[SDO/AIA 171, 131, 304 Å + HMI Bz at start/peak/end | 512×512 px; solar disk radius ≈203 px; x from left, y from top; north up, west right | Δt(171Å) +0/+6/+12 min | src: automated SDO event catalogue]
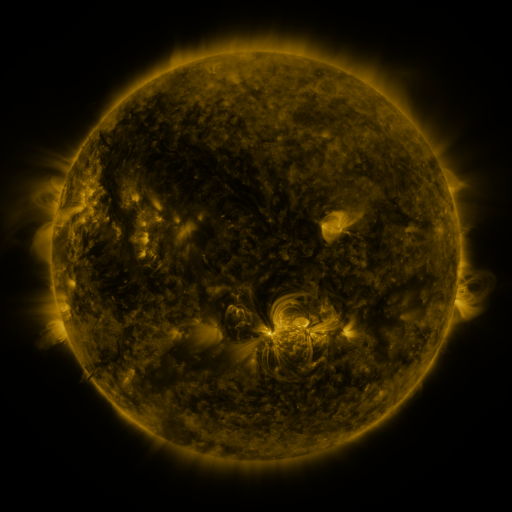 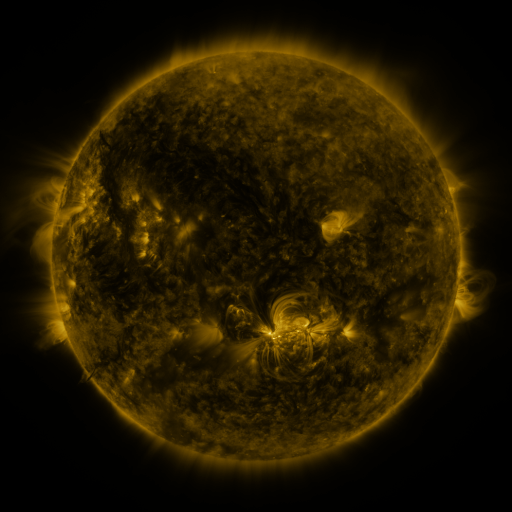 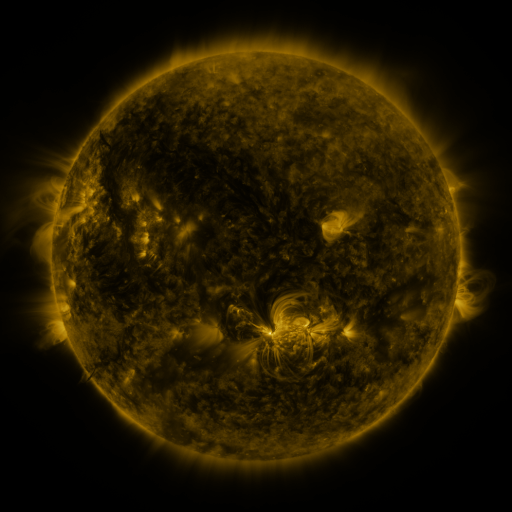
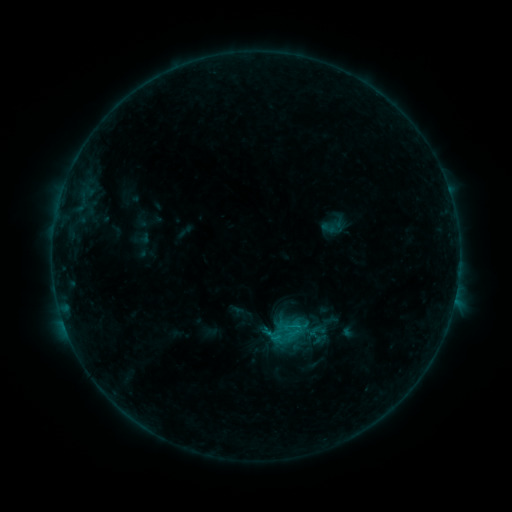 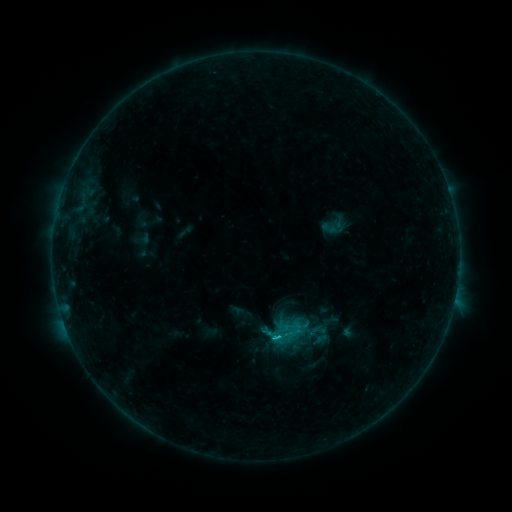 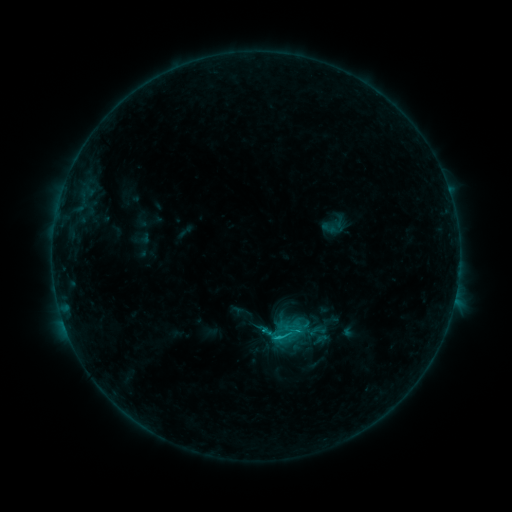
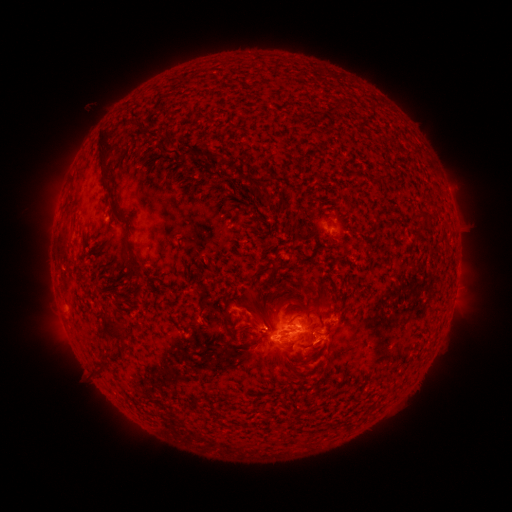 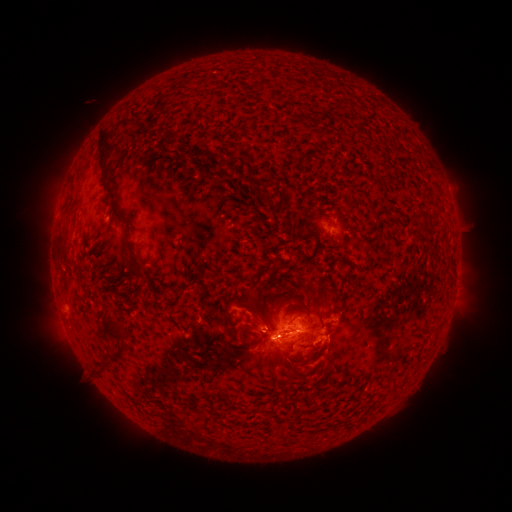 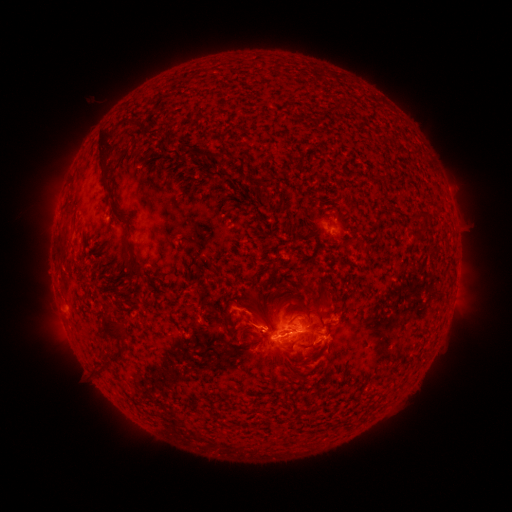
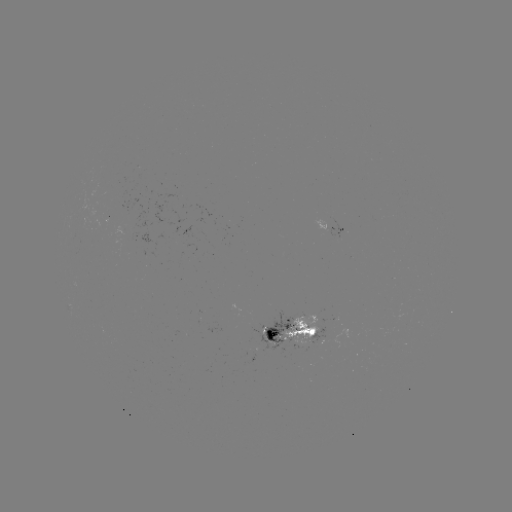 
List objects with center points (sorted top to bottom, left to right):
C1.6 flare: (276, 335)
